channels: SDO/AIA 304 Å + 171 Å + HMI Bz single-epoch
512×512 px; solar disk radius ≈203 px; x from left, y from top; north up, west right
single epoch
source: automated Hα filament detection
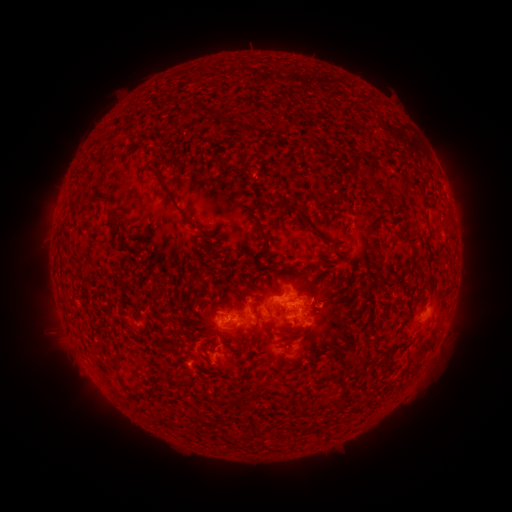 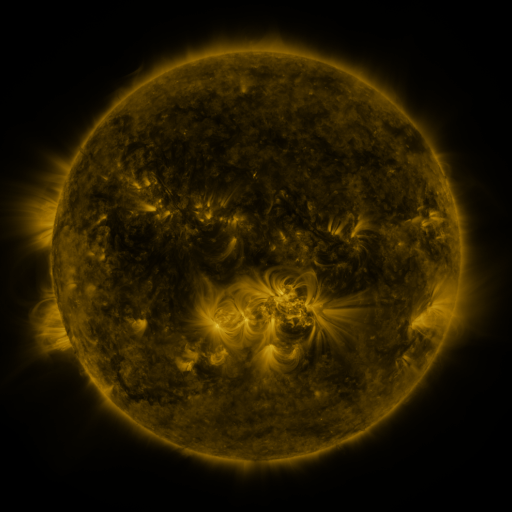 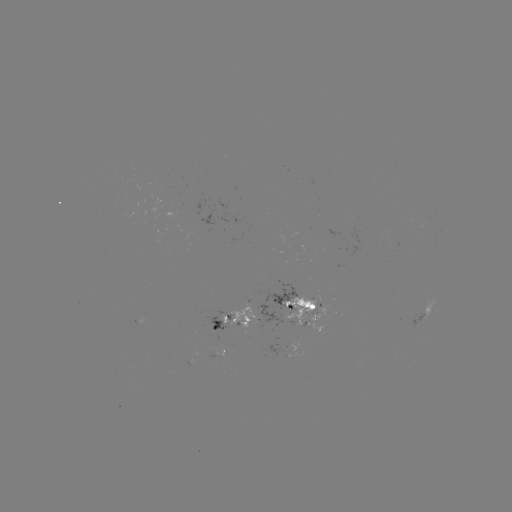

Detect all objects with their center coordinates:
filament: (194, 108)
filament: (227, 123)
filament: (370, 157)
filament: (219, 166)
filament: (368, 177)
filament: (173, 203)
filament: (114, 225)
filament: (313, 226)
filament: (201, 231)
filament: (401, 232)
filament: (264, 236)
filament: (413, 250)
filament: (267, 268)
filament: (193, 281)
filament: (381, 281)
filament: (206, 282)
filament: (313, 284)
filament: (309, 291)
filament: (133, 318)
filament: (237, 331)
filament: (378, 341)
filament: (397, 346)
filament: (121, 376)
filament: (308, 427)
